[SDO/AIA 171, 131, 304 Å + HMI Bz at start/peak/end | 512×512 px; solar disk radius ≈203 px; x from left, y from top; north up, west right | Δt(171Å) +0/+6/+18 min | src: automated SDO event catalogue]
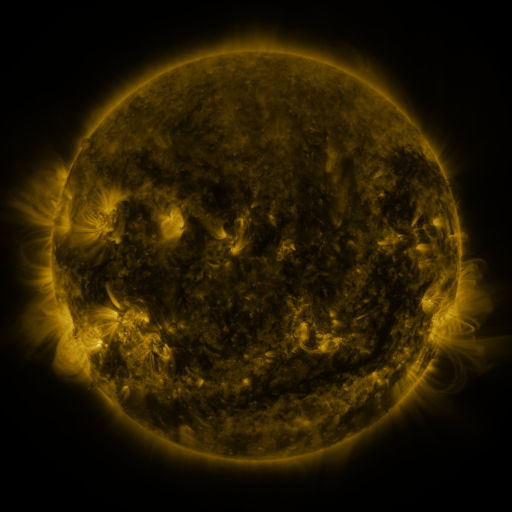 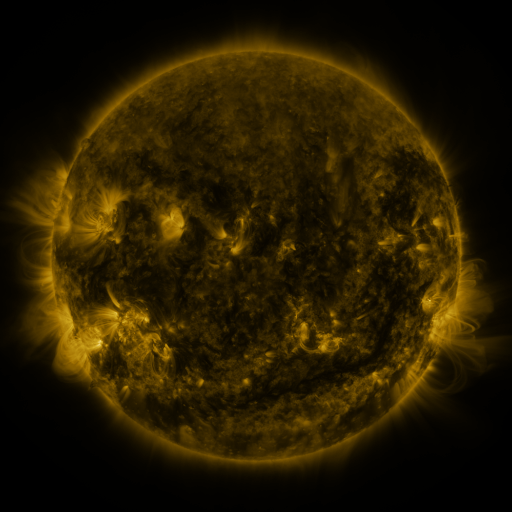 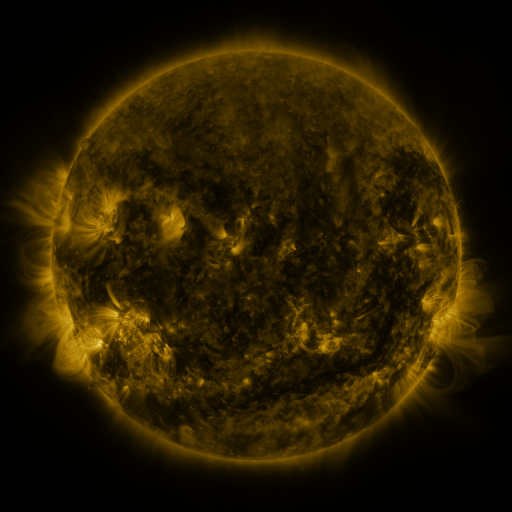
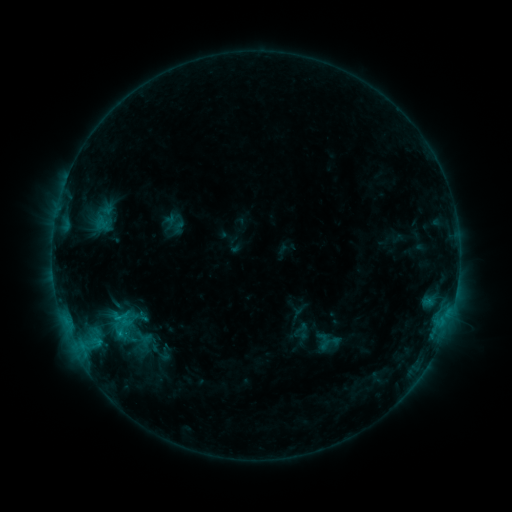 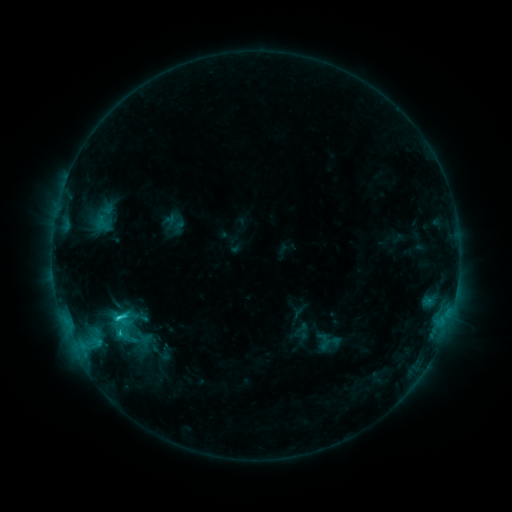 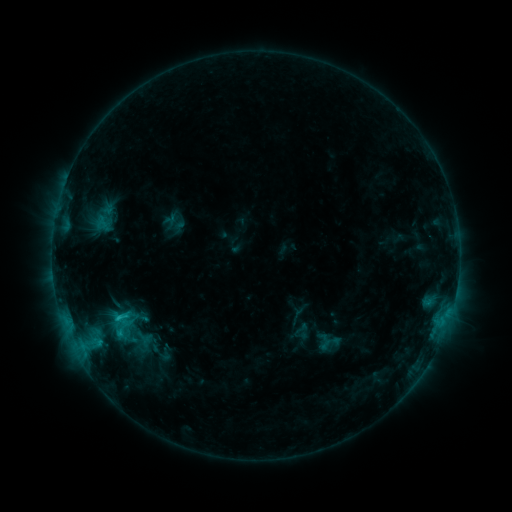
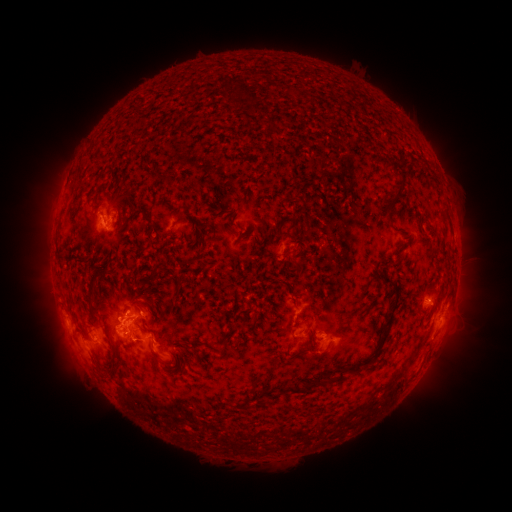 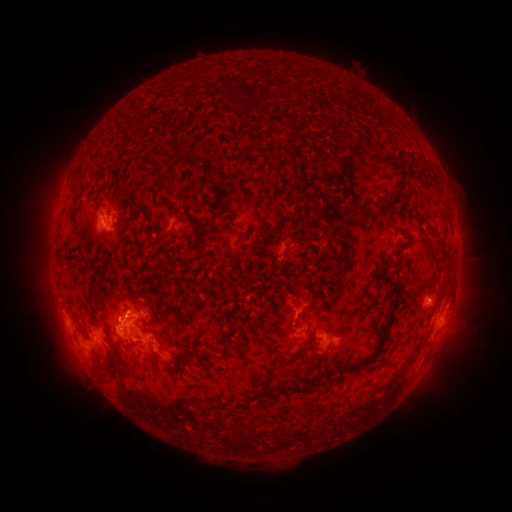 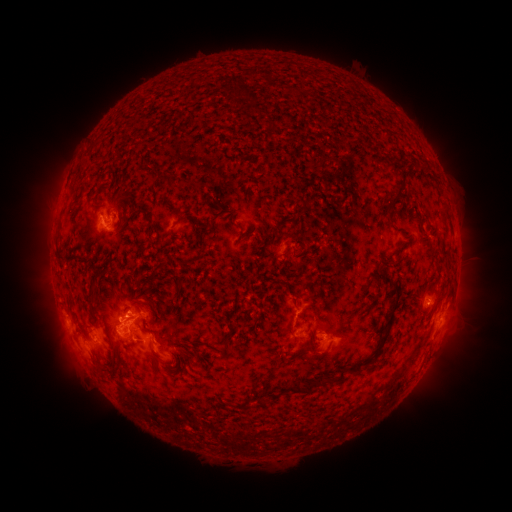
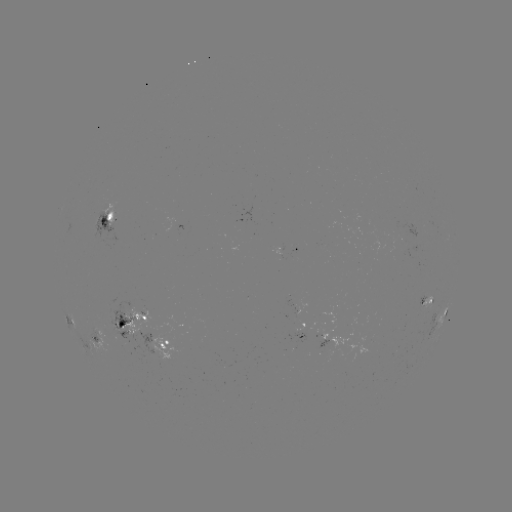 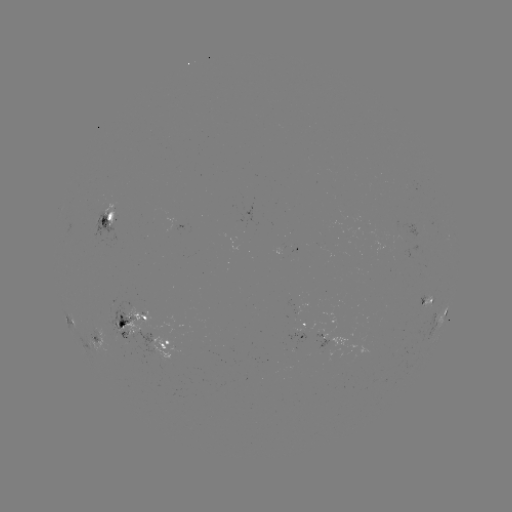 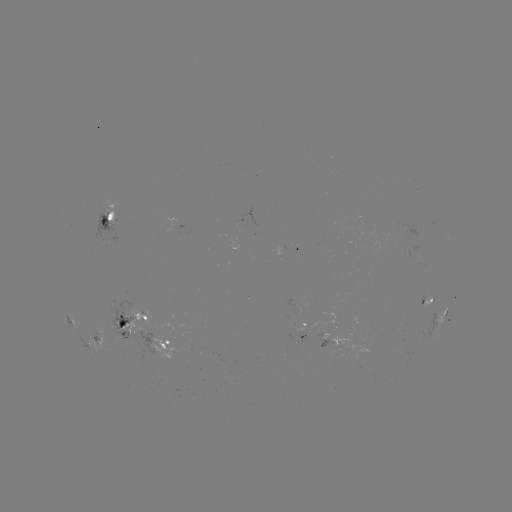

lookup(C2.2 flare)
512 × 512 120,316